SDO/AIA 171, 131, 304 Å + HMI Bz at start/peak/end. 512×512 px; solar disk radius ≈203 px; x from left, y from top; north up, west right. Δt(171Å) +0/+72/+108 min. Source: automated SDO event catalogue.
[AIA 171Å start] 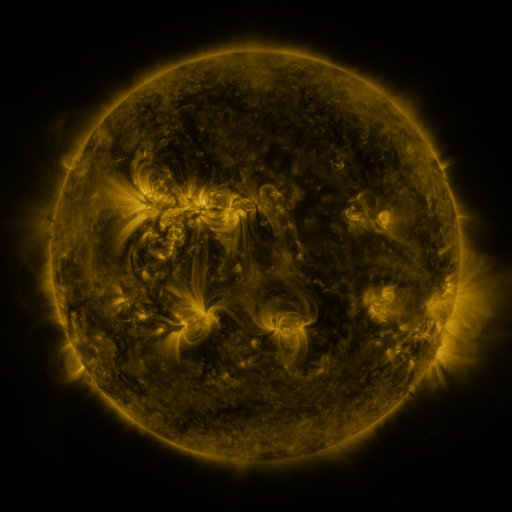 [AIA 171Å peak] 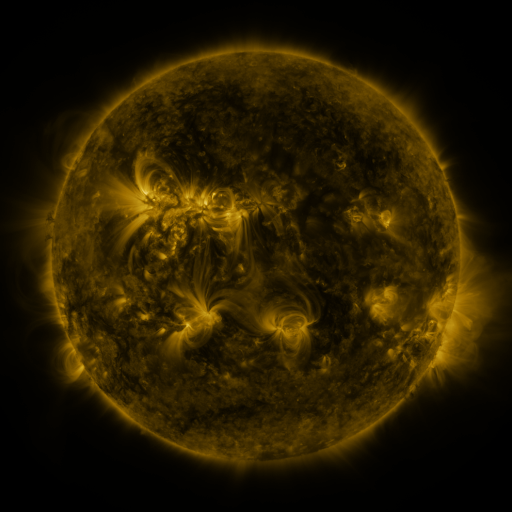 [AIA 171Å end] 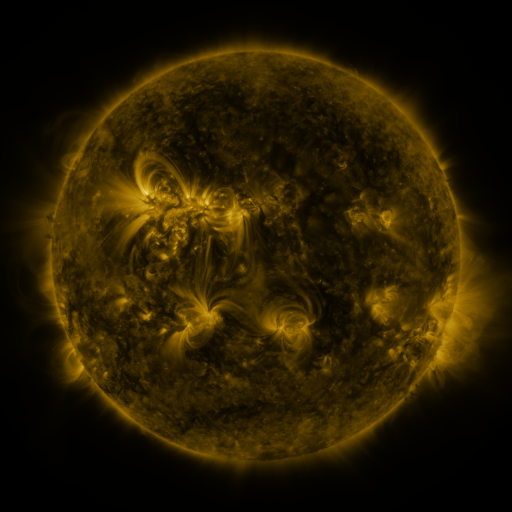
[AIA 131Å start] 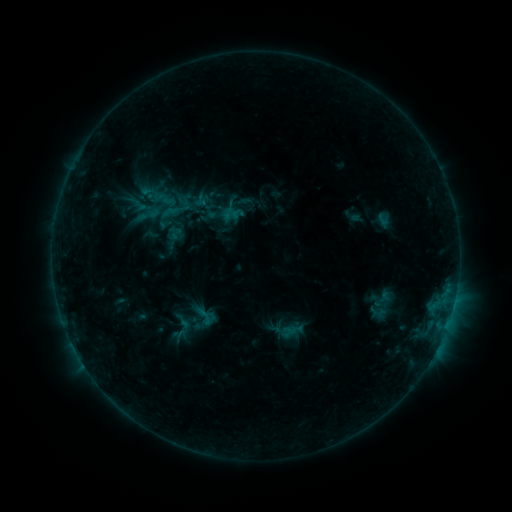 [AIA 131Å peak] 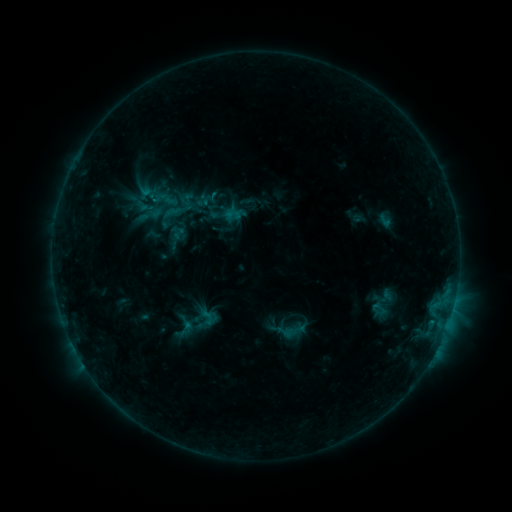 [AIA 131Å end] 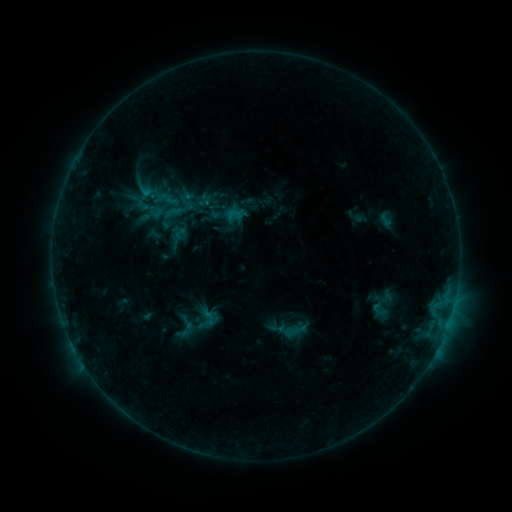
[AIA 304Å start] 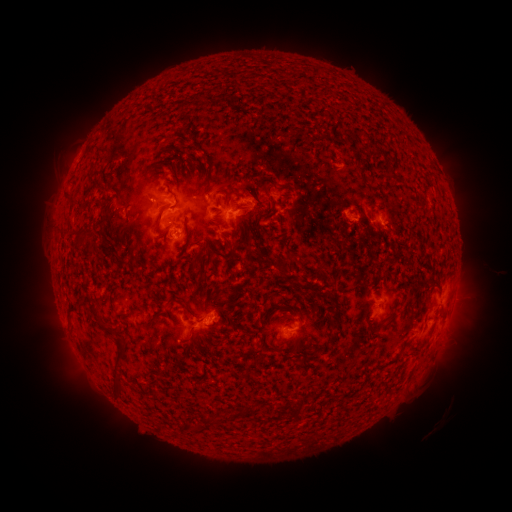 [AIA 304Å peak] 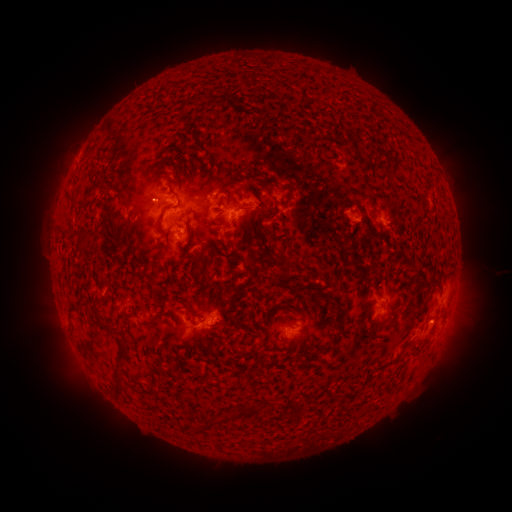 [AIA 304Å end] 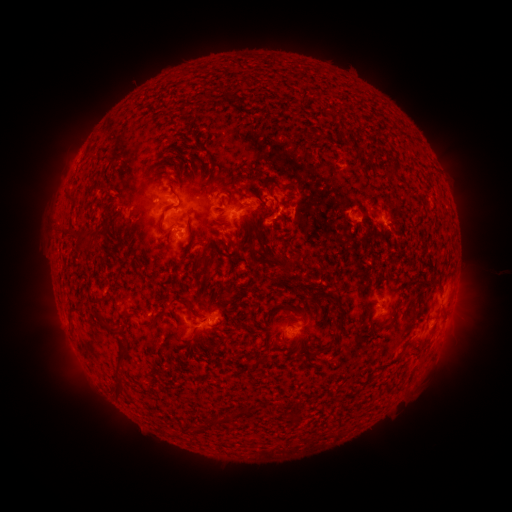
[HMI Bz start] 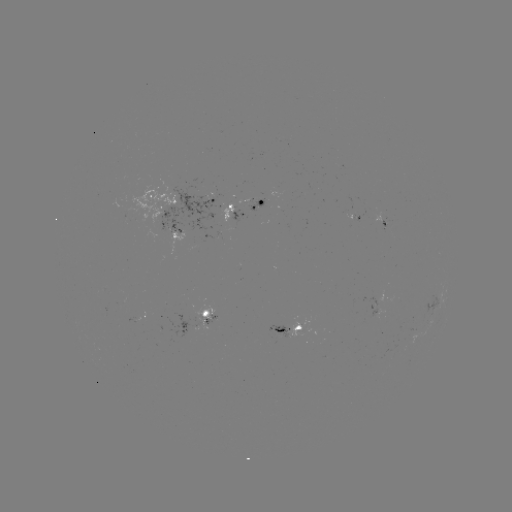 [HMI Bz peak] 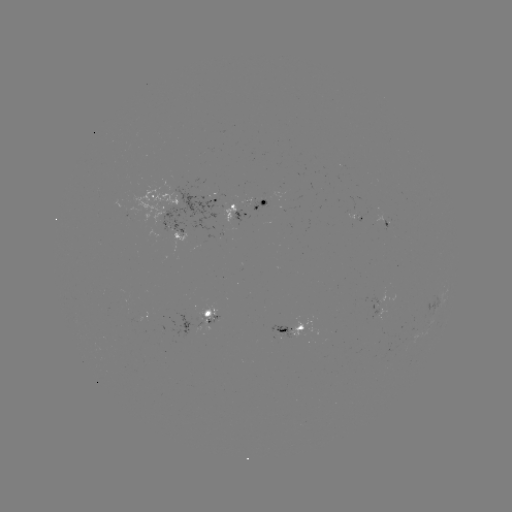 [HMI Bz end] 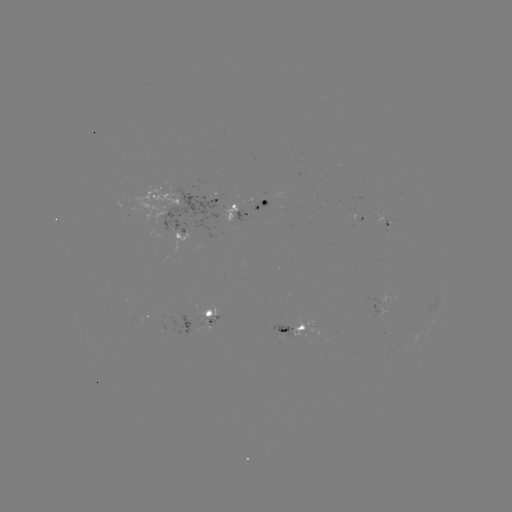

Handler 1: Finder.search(emerging-flux region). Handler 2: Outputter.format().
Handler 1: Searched emerging-flux region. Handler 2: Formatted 195,242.